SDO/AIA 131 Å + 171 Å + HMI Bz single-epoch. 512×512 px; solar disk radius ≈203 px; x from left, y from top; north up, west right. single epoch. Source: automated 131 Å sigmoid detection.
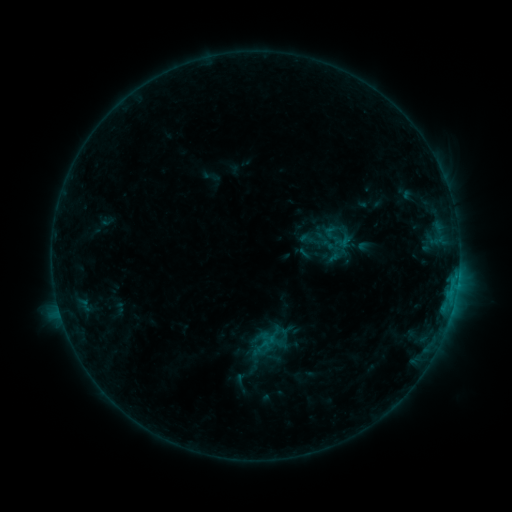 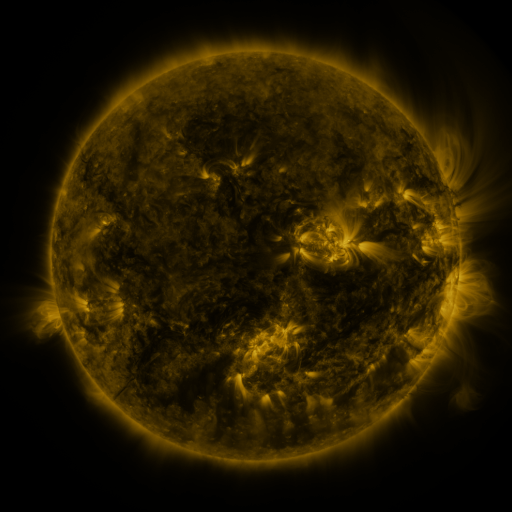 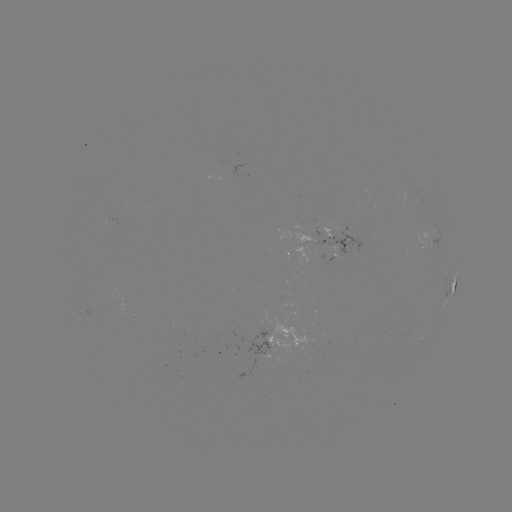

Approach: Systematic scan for sigmoid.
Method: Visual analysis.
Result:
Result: sigmoid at (334, 235).